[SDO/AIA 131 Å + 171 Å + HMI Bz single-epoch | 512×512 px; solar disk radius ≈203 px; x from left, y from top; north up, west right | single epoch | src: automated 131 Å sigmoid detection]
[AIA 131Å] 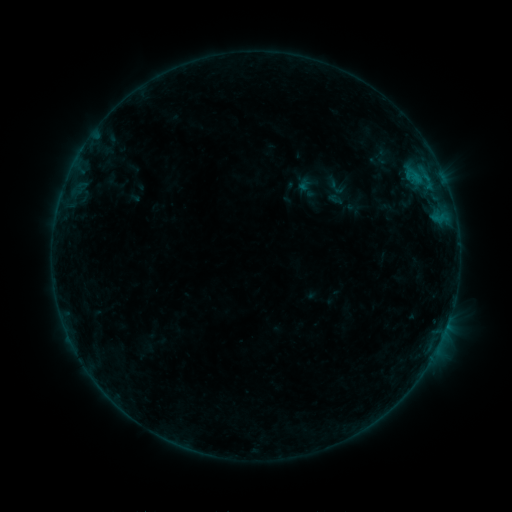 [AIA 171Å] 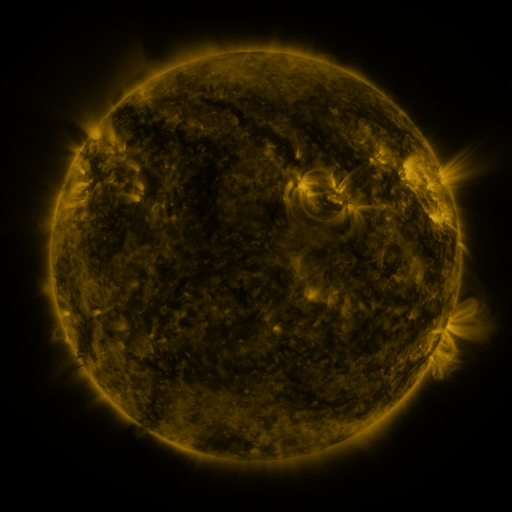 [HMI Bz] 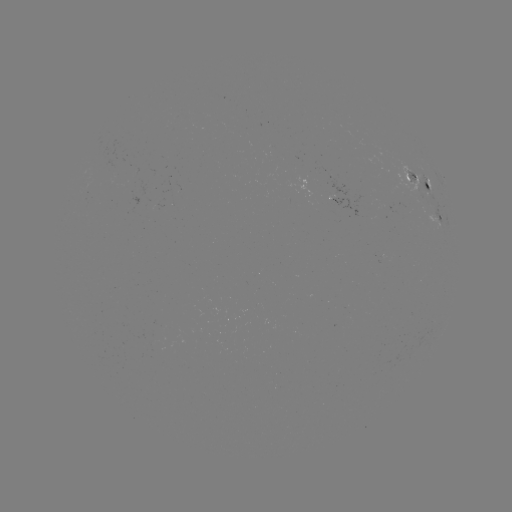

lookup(sigmoid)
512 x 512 (338, 187)